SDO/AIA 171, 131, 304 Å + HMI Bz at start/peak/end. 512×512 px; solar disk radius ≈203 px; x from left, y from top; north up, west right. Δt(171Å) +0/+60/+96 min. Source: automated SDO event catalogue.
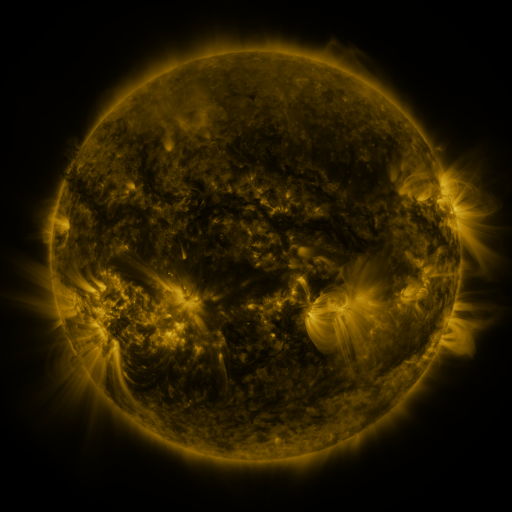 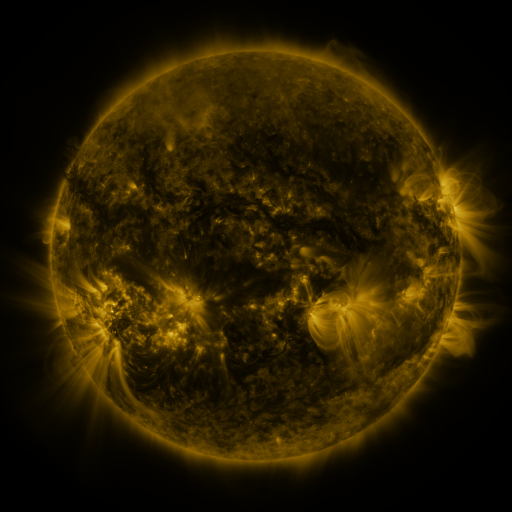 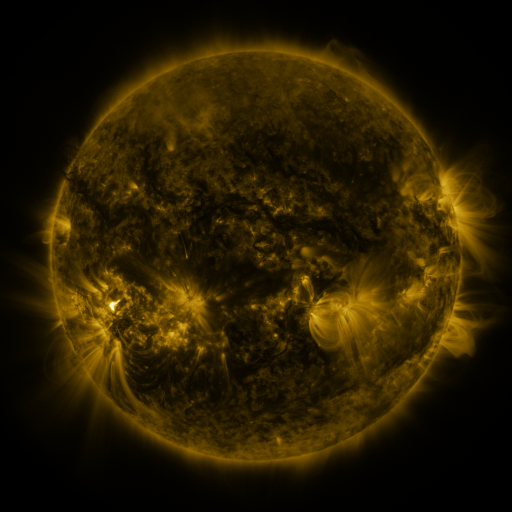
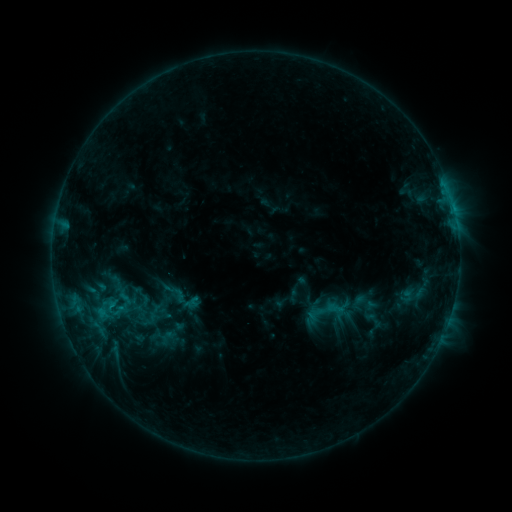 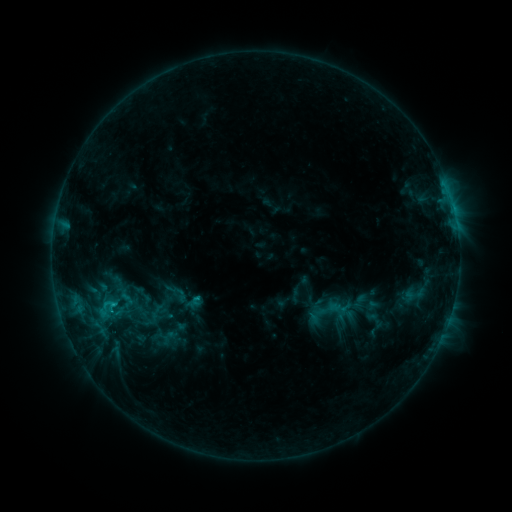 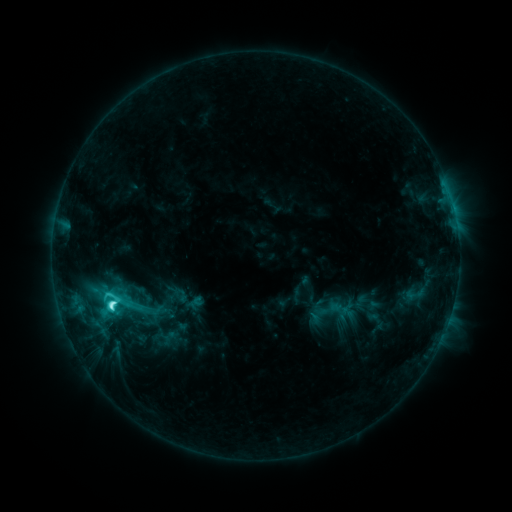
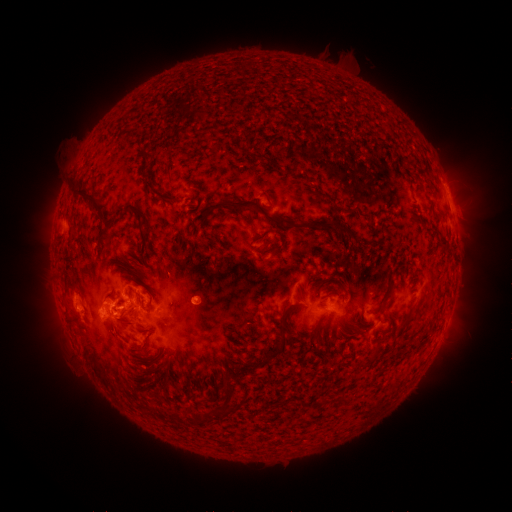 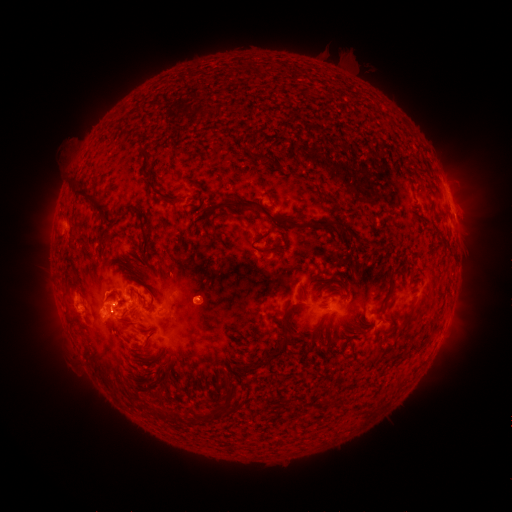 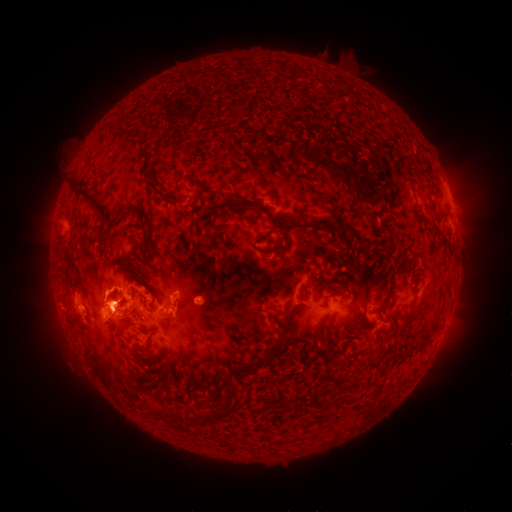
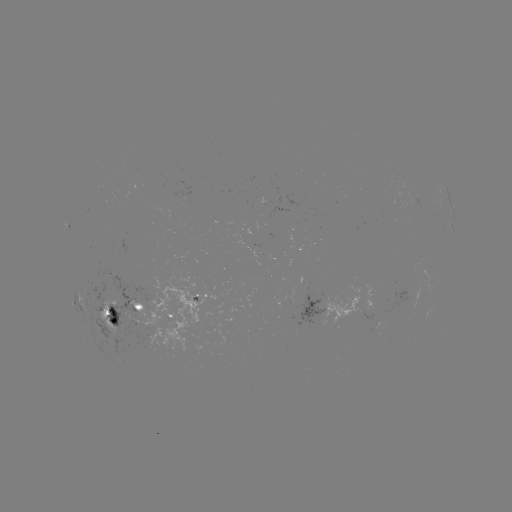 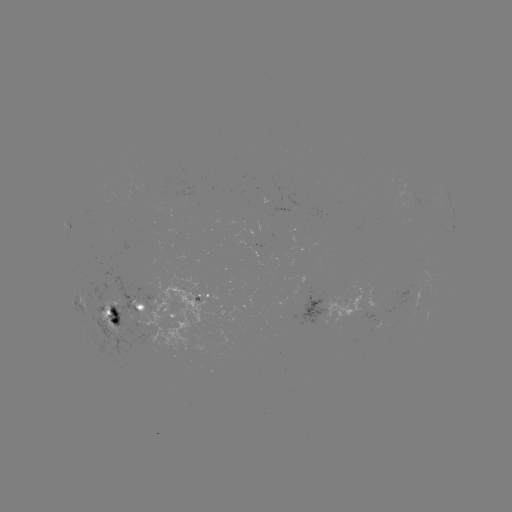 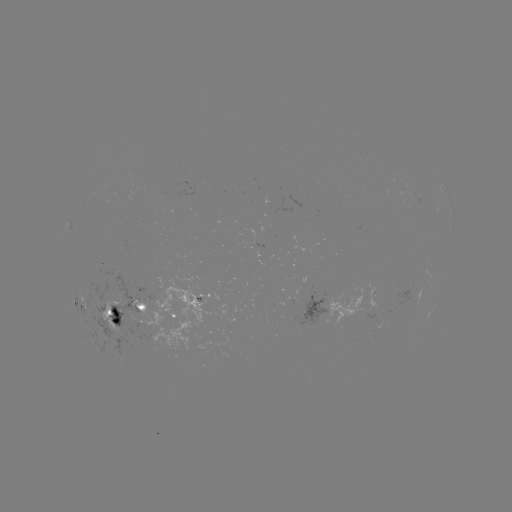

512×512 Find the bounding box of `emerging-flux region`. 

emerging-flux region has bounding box [250, 252, 262, 258].